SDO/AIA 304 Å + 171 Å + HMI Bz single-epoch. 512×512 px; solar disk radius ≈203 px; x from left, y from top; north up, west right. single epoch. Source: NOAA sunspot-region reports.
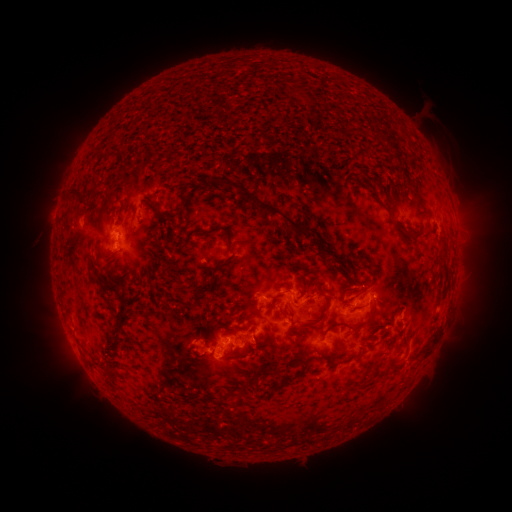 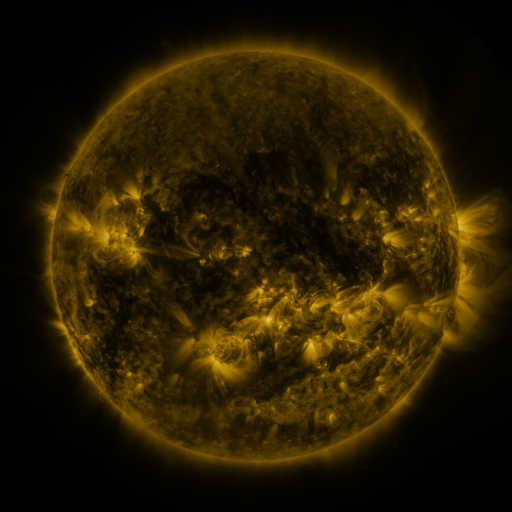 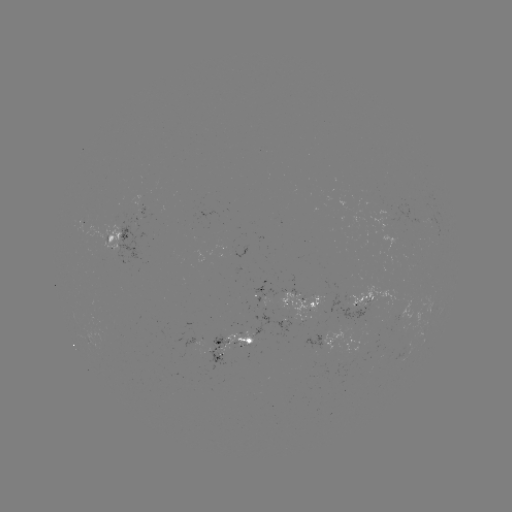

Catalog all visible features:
spotted active region: (153, 210)
spotted active region: (123, 240)
spotted active region: (369, 298)
spotted active region: (298, 301)
spotted active region: (331, 340)
spotted active region: (242, 345)
